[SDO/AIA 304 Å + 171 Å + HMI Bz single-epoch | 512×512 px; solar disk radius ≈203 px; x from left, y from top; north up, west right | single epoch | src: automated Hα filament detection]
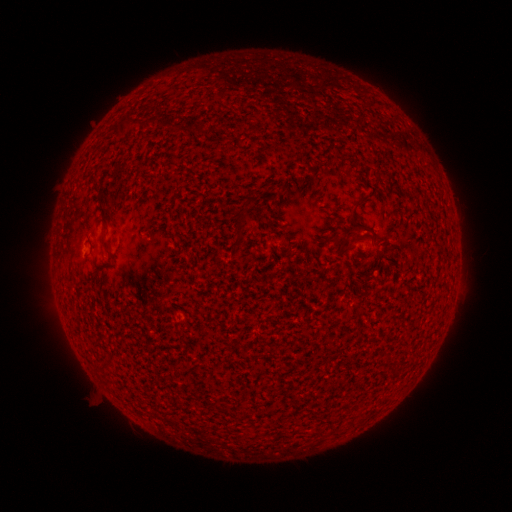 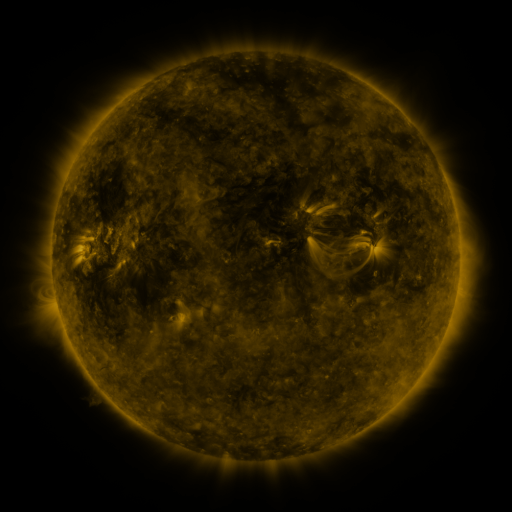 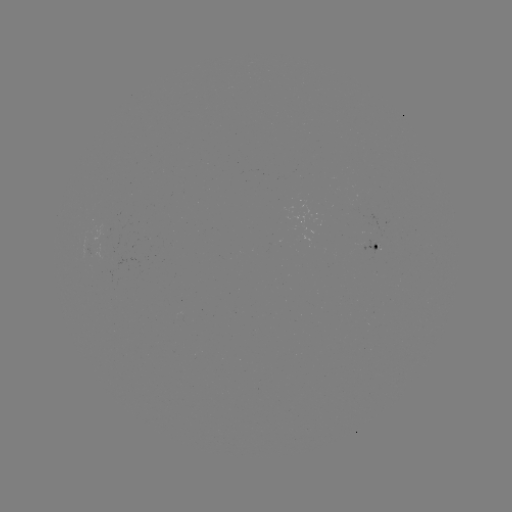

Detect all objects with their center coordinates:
filament: (140, 142)
filament: (353, 222)
filament: (239, 229)
filament: (103, 240)
filament: (104, 368)
